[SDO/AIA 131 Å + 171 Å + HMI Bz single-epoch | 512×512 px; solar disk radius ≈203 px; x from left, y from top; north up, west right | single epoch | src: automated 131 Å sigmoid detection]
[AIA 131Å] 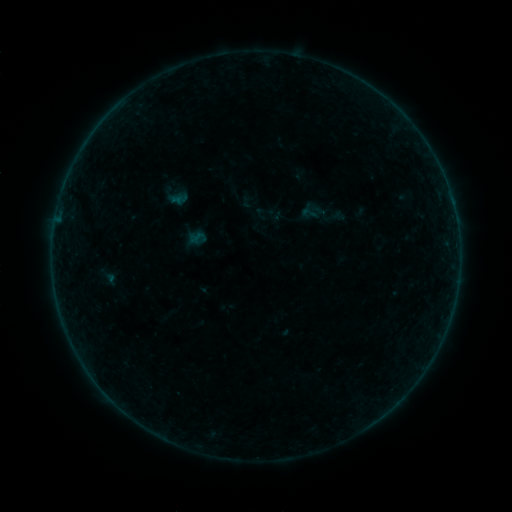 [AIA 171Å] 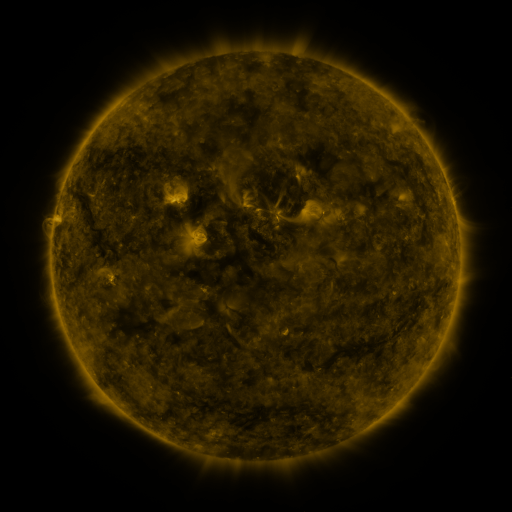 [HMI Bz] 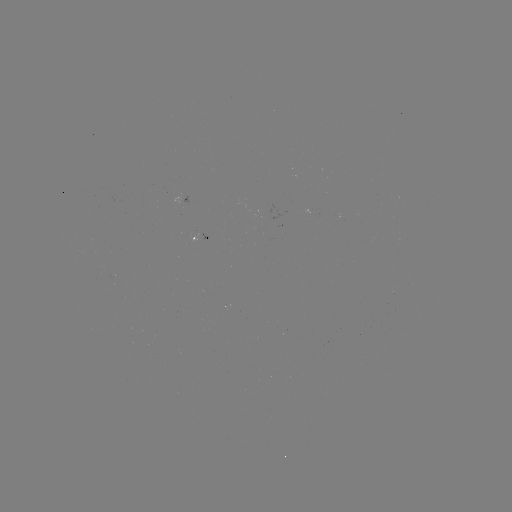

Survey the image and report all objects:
sigmoid: <bbox>300, 205, 317, 221</bbox>
